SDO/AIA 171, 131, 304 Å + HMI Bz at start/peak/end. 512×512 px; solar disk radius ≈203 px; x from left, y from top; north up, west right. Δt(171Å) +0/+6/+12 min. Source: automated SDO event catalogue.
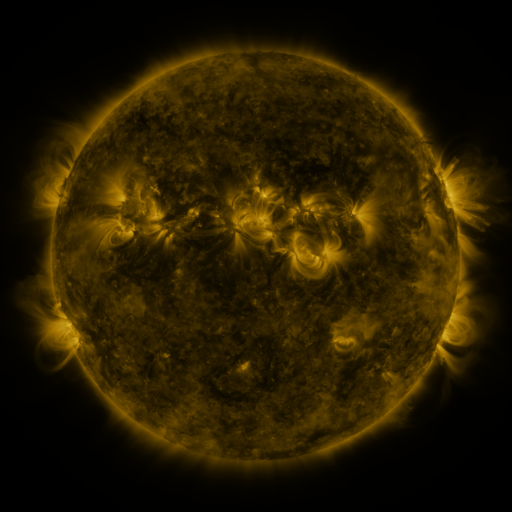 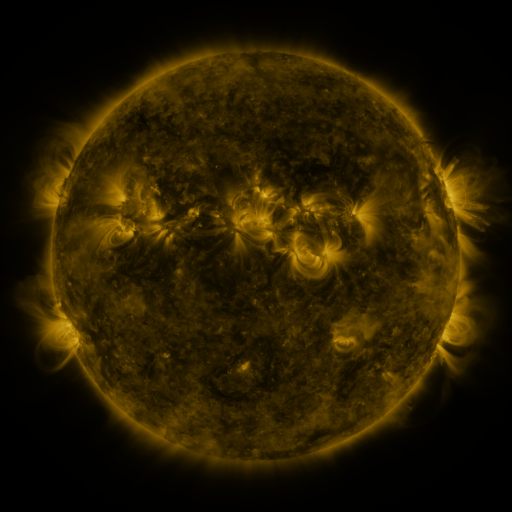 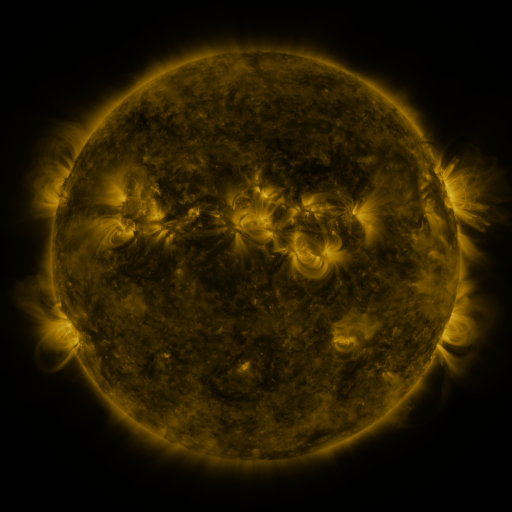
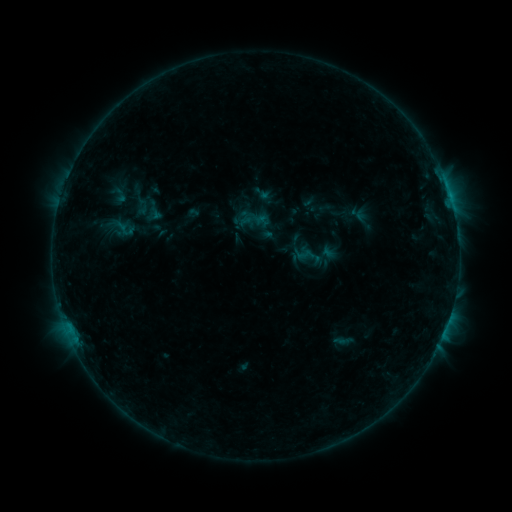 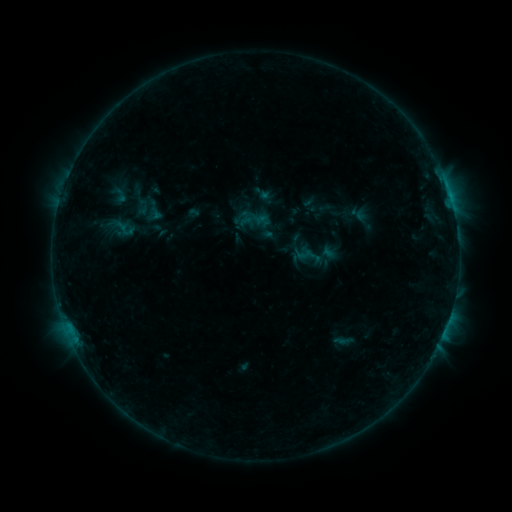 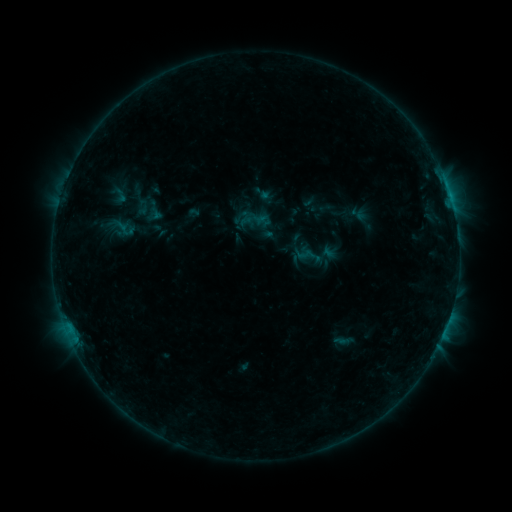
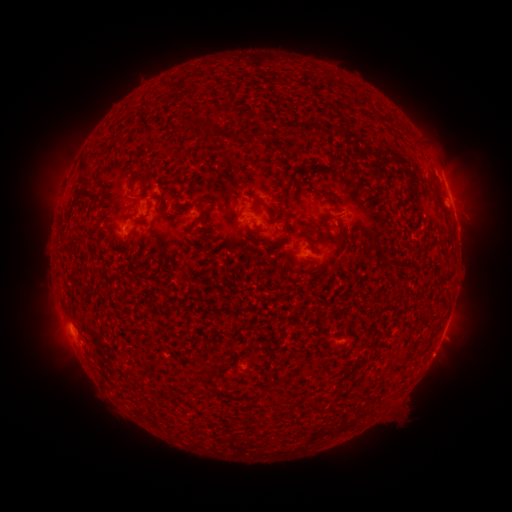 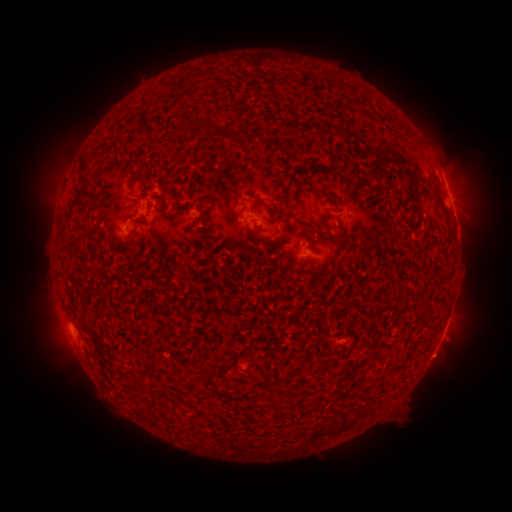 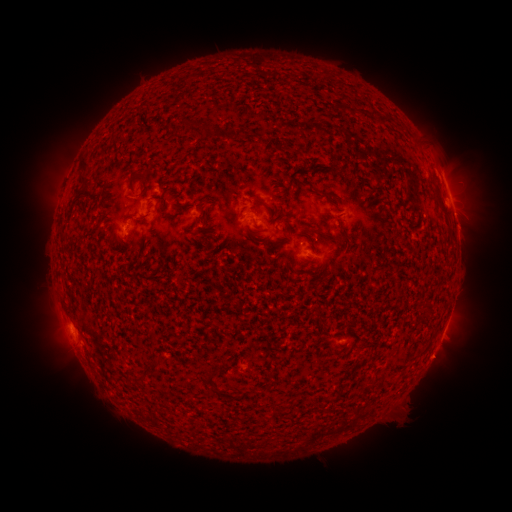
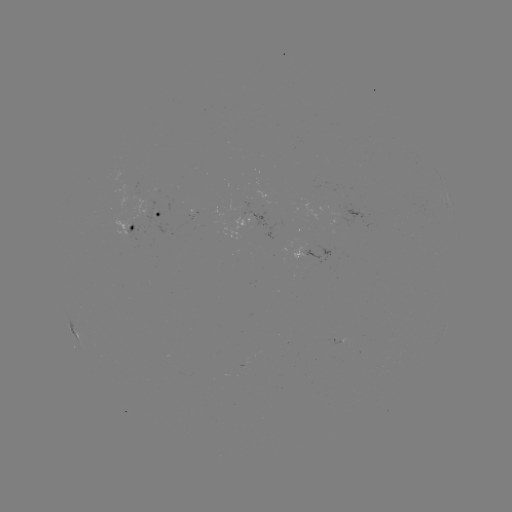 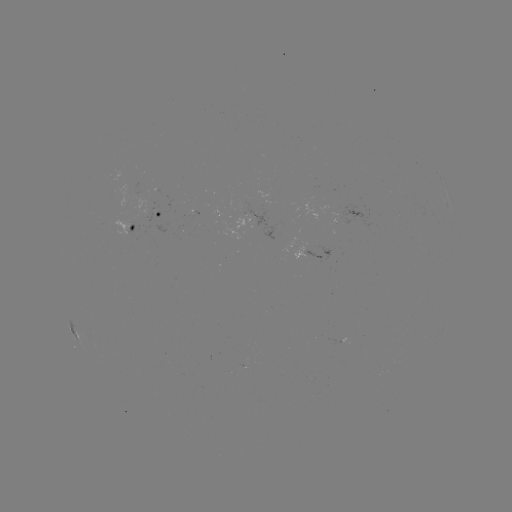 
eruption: (415, 335, 464, 384)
